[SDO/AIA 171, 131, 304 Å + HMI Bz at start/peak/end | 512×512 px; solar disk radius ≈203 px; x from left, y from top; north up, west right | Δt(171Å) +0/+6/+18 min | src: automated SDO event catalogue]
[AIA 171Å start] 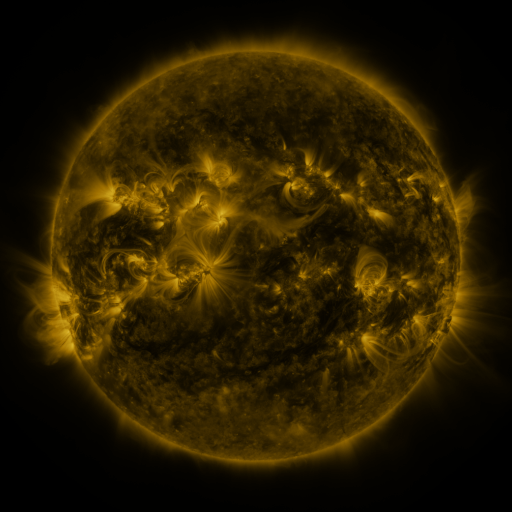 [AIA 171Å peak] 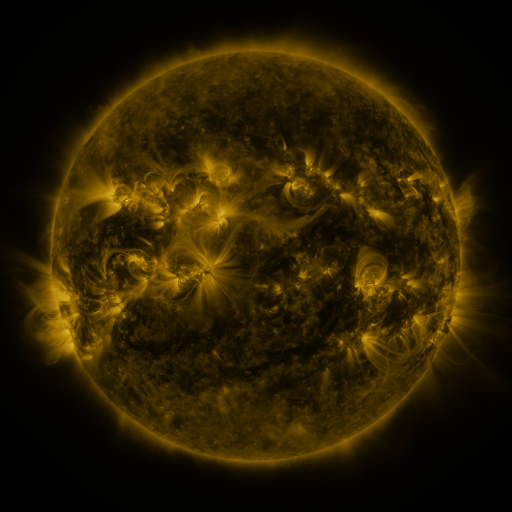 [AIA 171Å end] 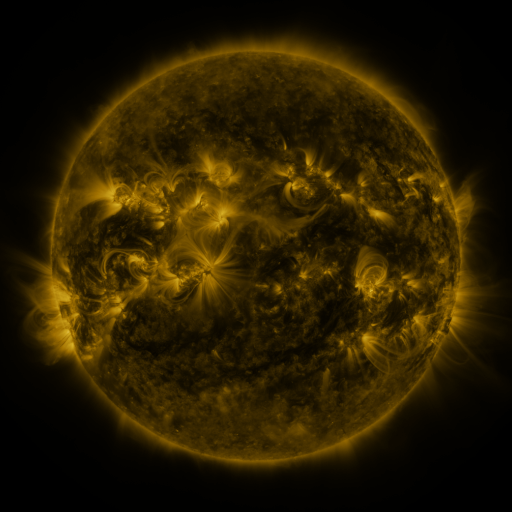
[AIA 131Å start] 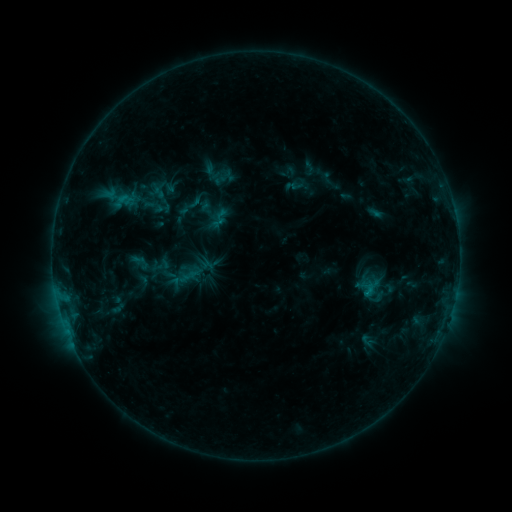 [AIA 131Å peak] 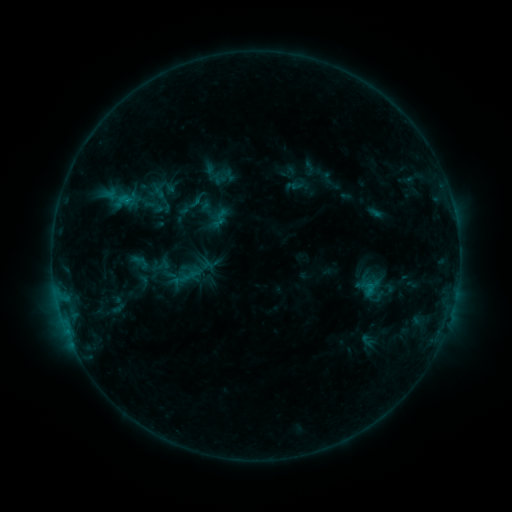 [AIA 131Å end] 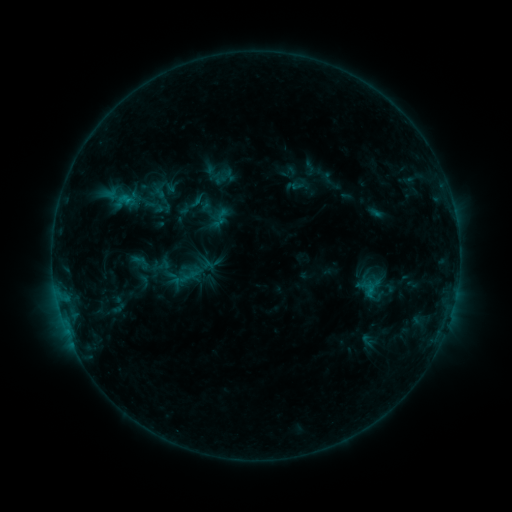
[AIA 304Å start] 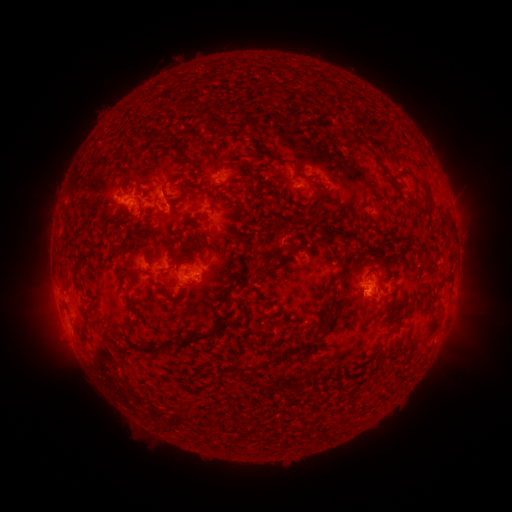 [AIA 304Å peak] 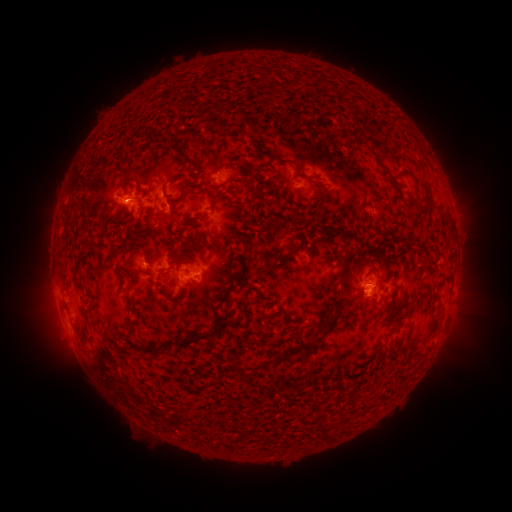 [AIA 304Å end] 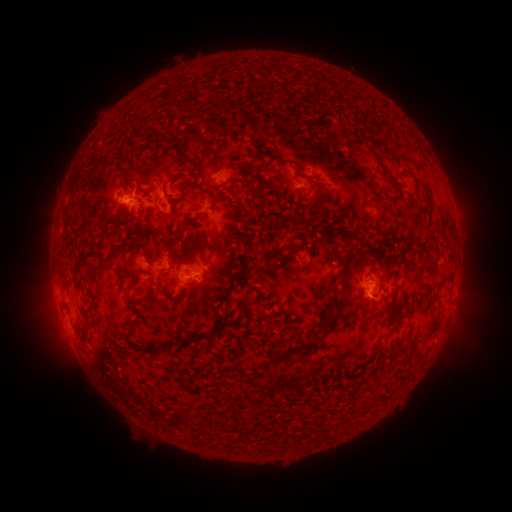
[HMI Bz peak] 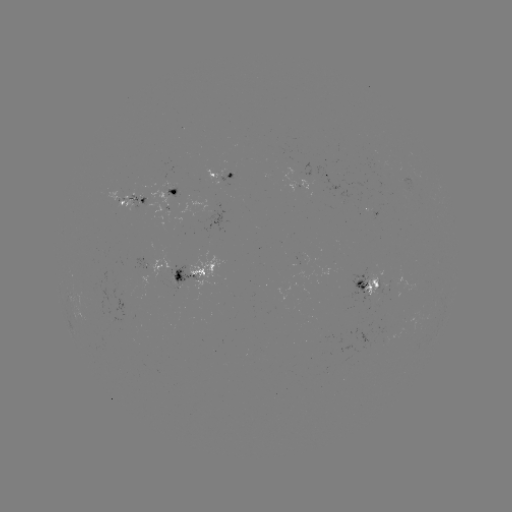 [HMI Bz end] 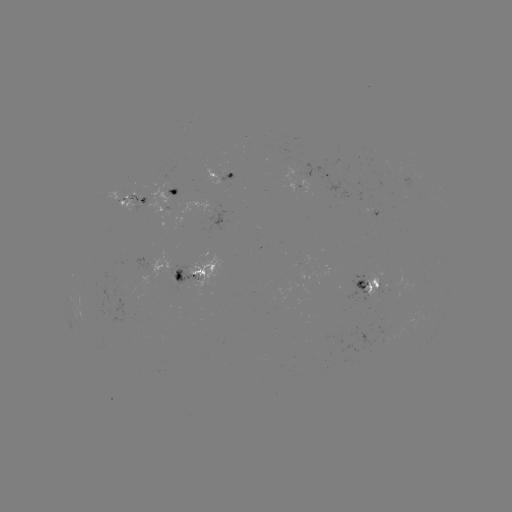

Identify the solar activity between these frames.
B8.6 flare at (126, 203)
